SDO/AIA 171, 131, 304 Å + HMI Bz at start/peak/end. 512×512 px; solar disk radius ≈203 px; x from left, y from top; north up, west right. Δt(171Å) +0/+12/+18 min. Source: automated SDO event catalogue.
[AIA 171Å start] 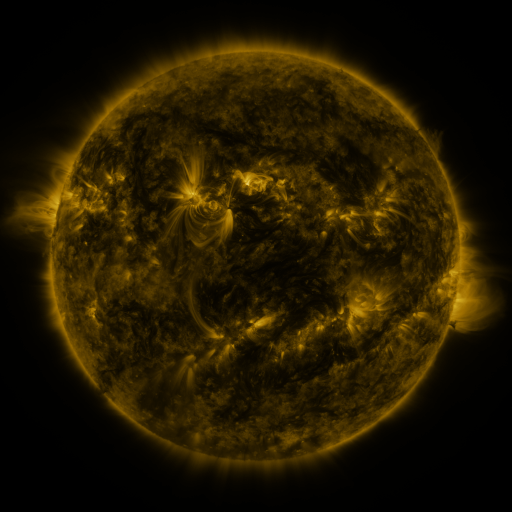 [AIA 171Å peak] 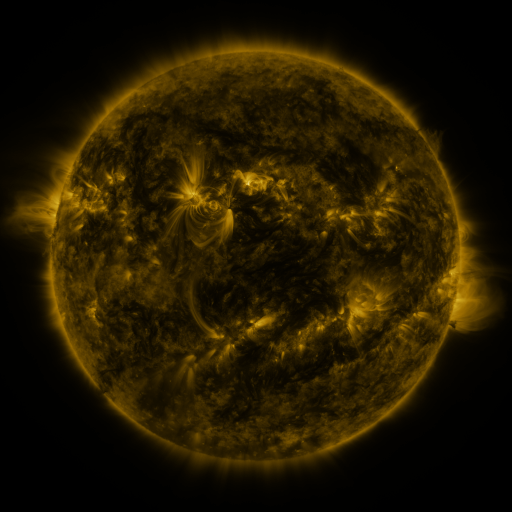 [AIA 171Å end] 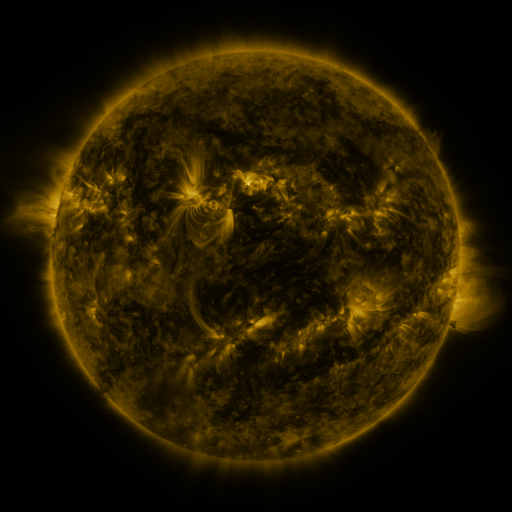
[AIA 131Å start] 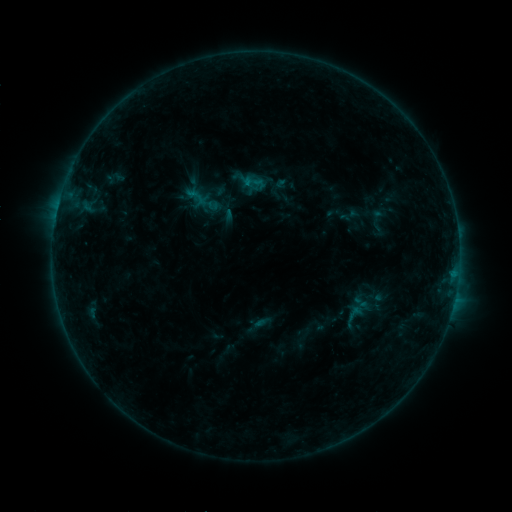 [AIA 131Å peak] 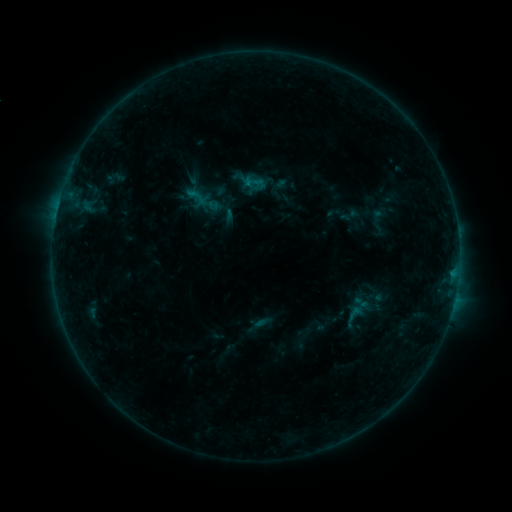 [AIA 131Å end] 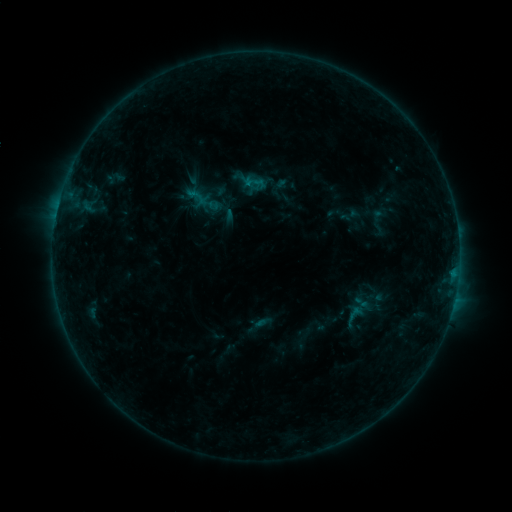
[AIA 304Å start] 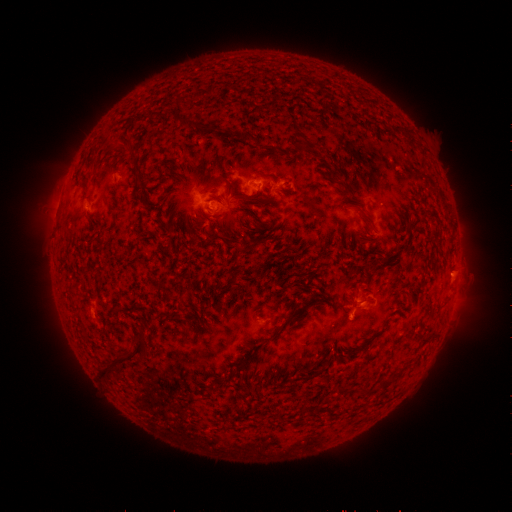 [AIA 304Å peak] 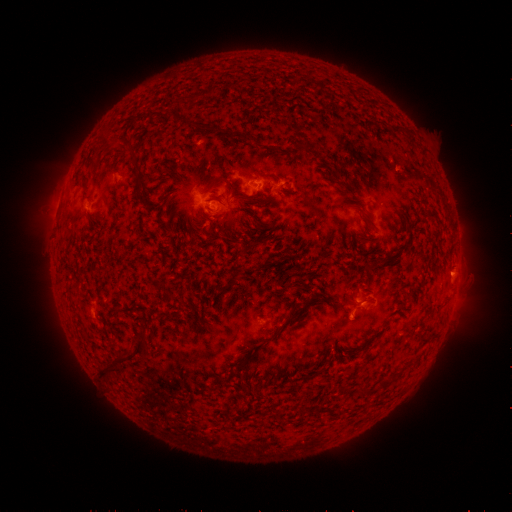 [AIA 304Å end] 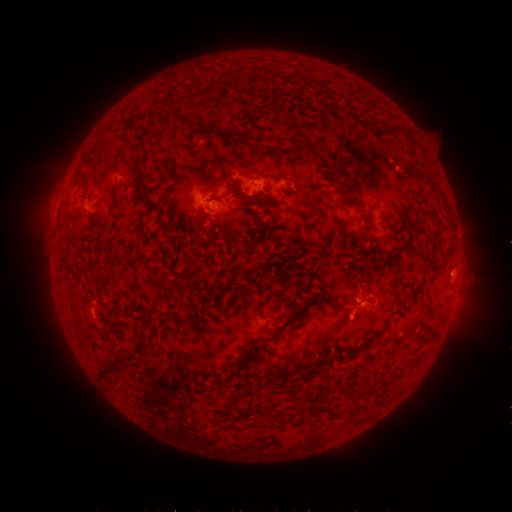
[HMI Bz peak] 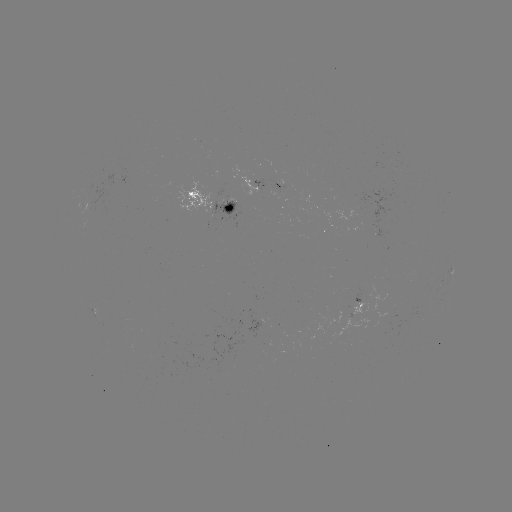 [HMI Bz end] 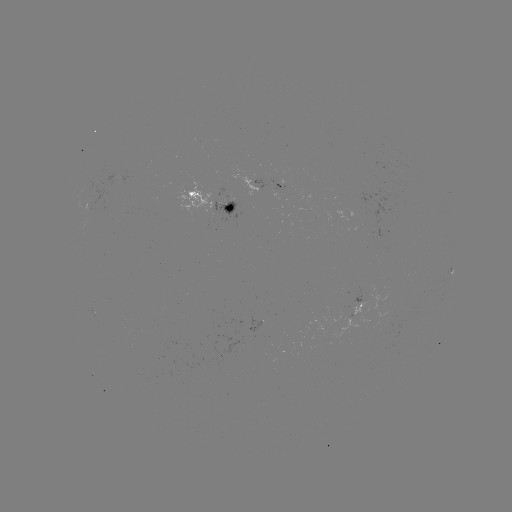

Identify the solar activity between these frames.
no classed flare was catalogued and no EUV brightening was flagged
